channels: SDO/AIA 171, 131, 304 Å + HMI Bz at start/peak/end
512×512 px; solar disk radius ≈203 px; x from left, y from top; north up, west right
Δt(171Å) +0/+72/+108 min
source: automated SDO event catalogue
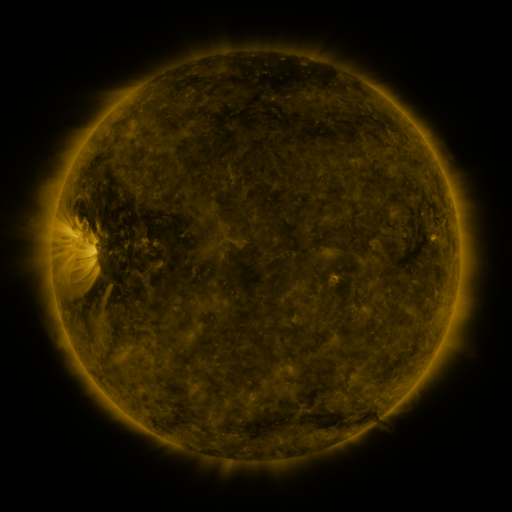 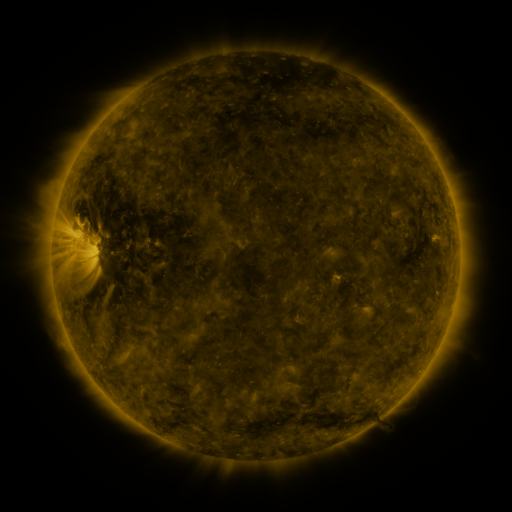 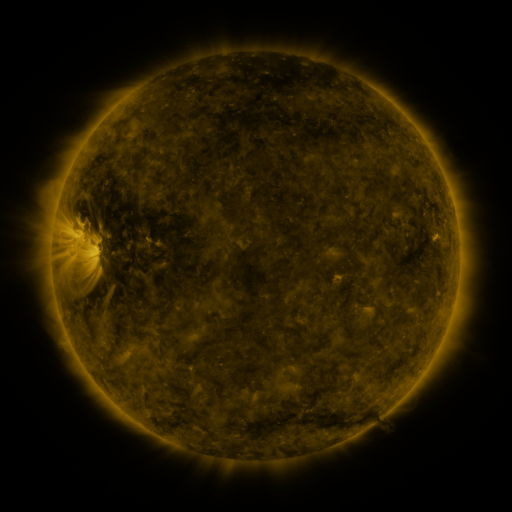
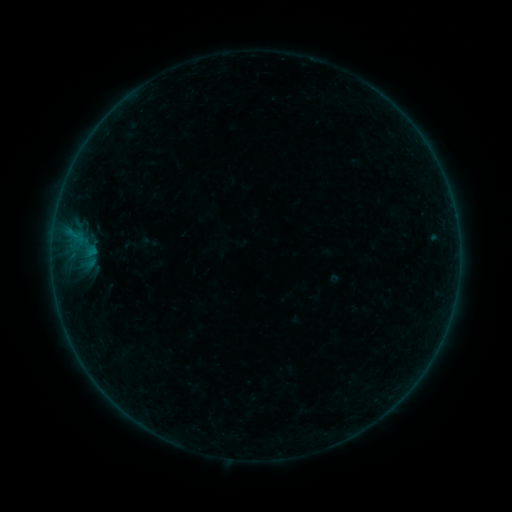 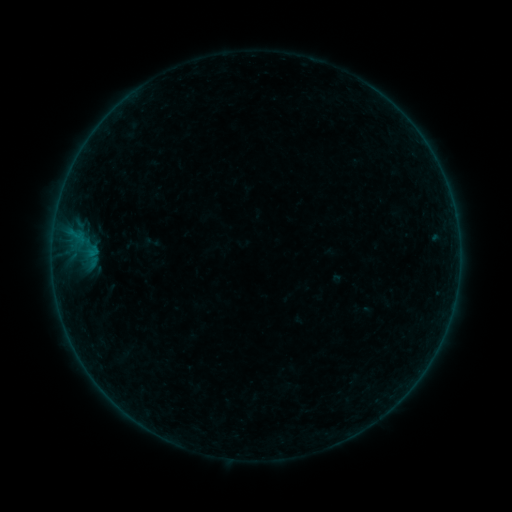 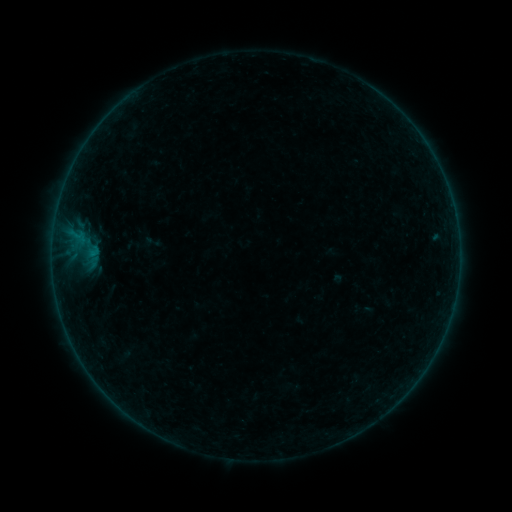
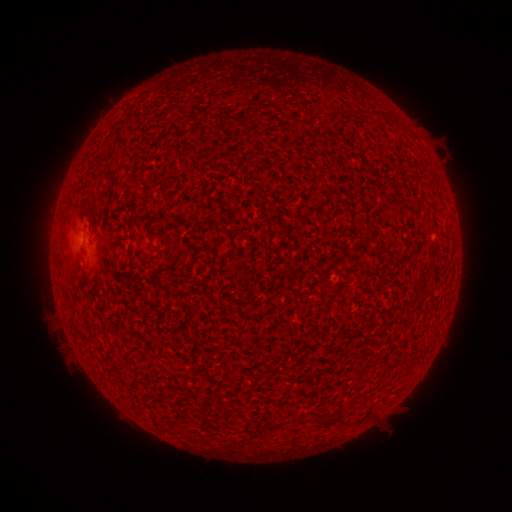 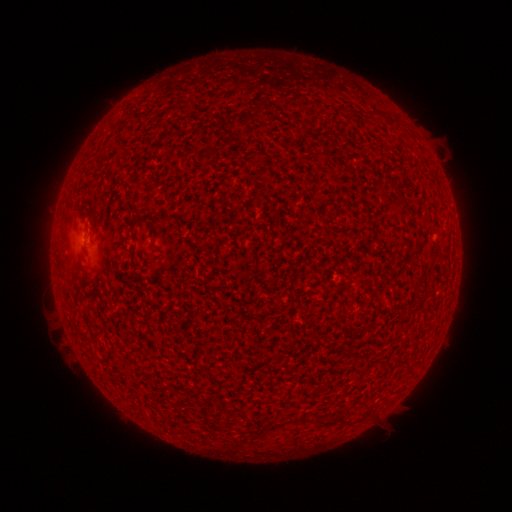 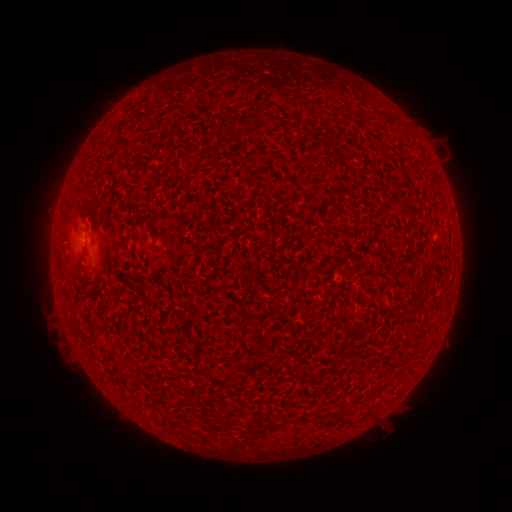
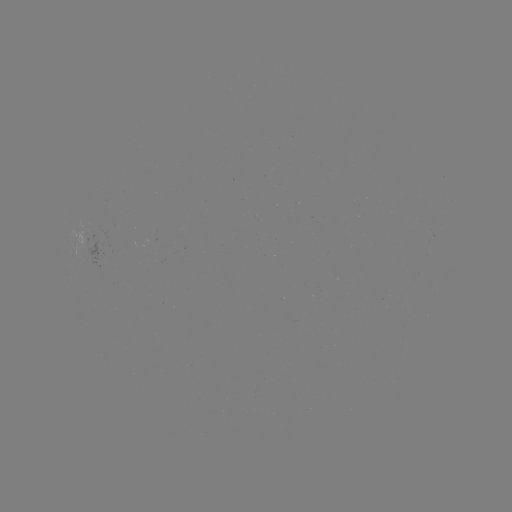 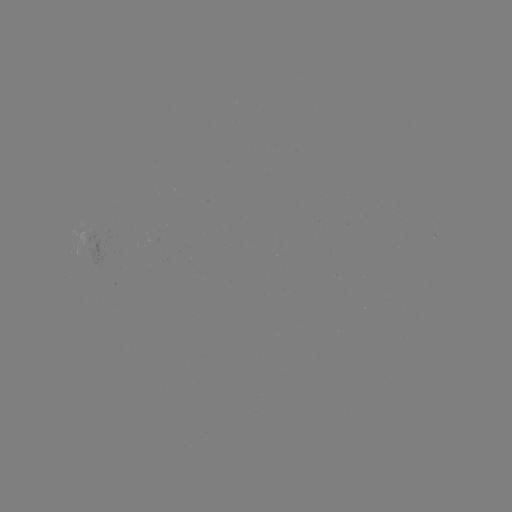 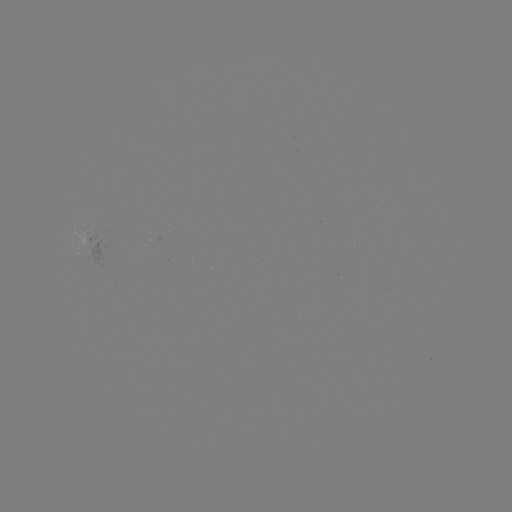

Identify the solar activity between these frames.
emerging-flux region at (154, 239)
